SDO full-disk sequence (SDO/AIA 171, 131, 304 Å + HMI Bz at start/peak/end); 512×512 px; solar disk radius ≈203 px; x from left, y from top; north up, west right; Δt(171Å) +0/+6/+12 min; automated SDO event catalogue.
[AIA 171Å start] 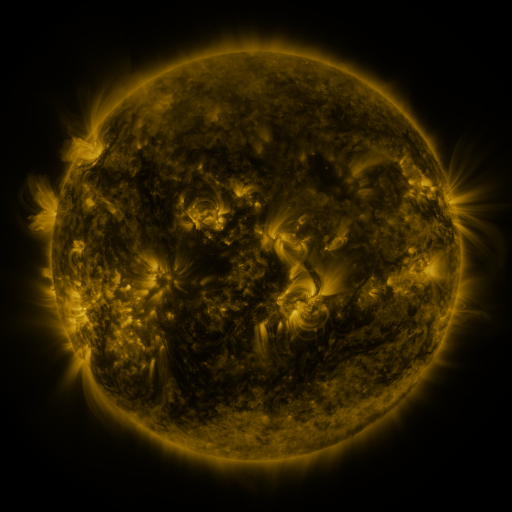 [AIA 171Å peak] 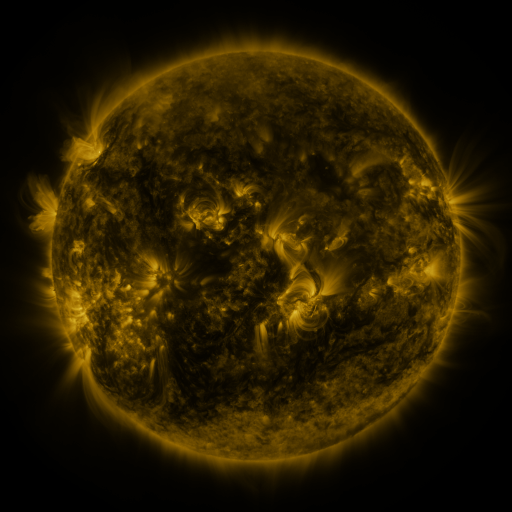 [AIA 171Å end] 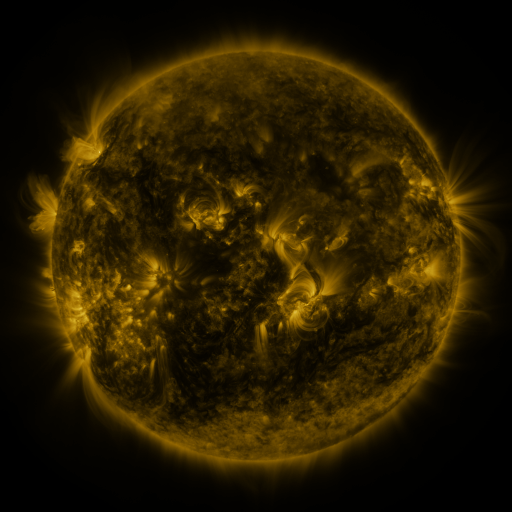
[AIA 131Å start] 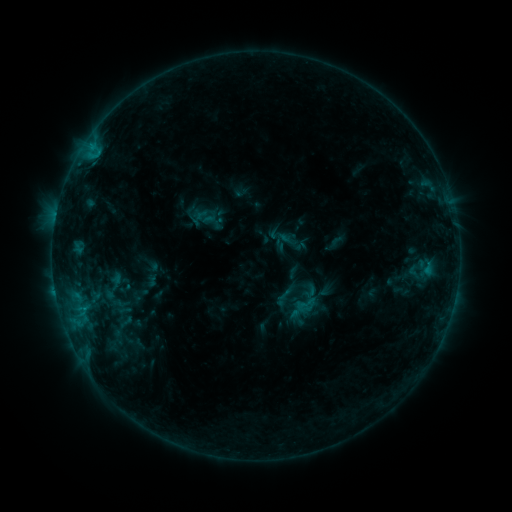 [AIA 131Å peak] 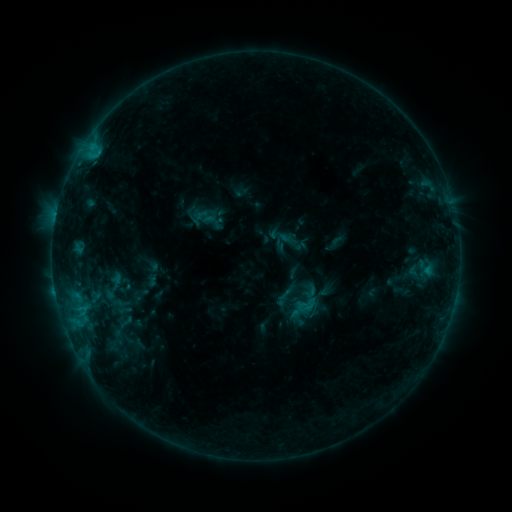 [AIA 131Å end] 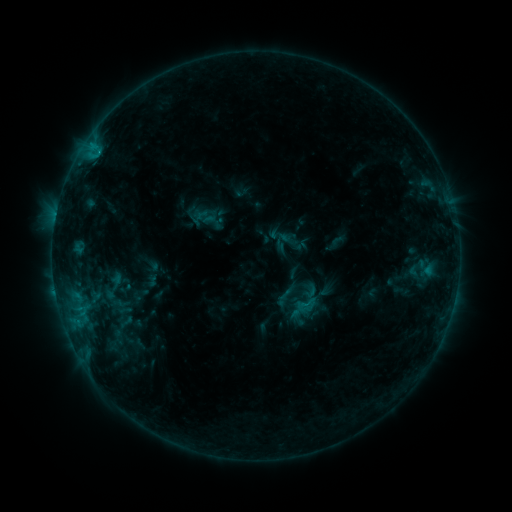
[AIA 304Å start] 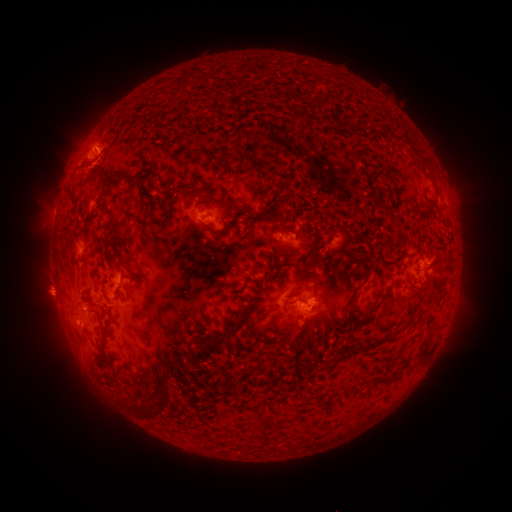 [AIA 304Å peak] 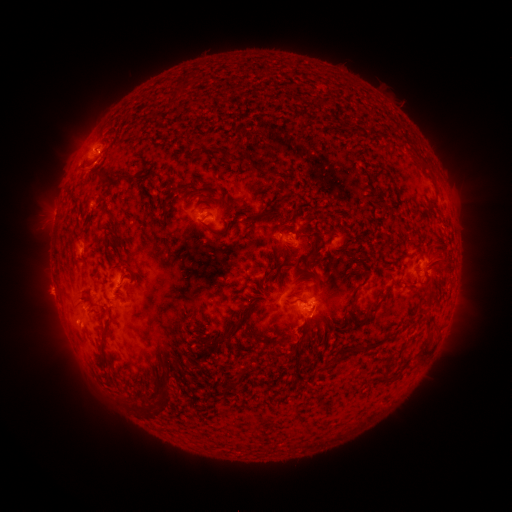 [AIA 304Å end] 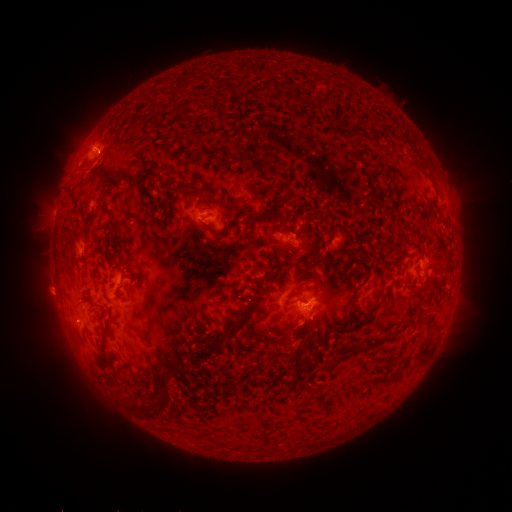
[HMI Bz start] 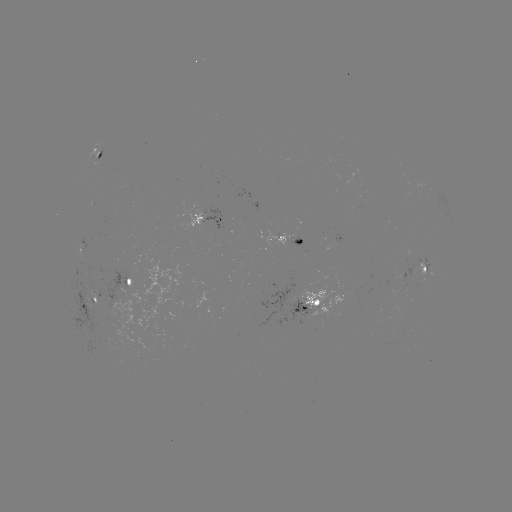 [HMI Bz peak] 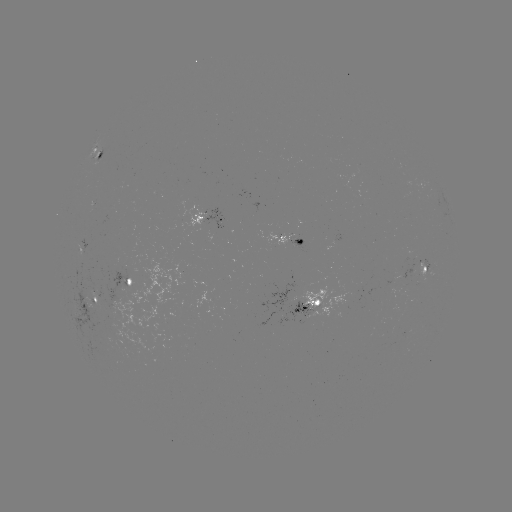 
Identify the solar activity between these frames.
eruption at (299, 339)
